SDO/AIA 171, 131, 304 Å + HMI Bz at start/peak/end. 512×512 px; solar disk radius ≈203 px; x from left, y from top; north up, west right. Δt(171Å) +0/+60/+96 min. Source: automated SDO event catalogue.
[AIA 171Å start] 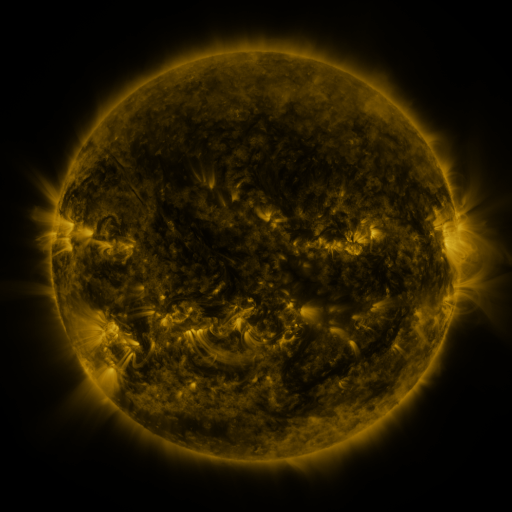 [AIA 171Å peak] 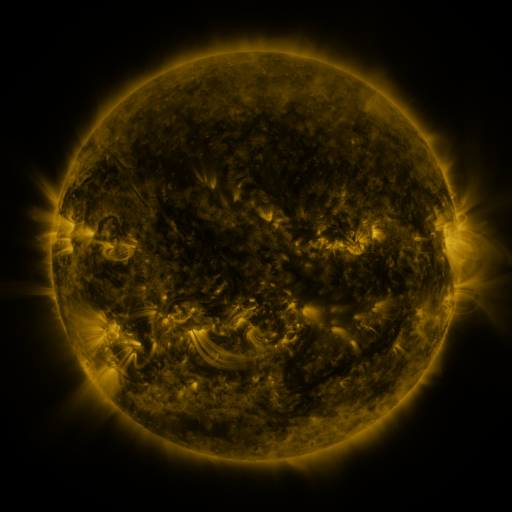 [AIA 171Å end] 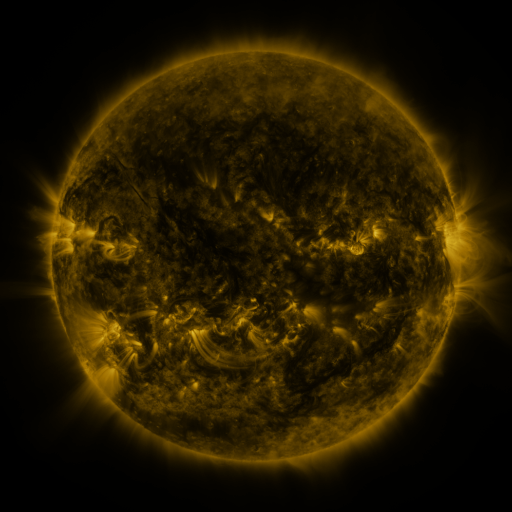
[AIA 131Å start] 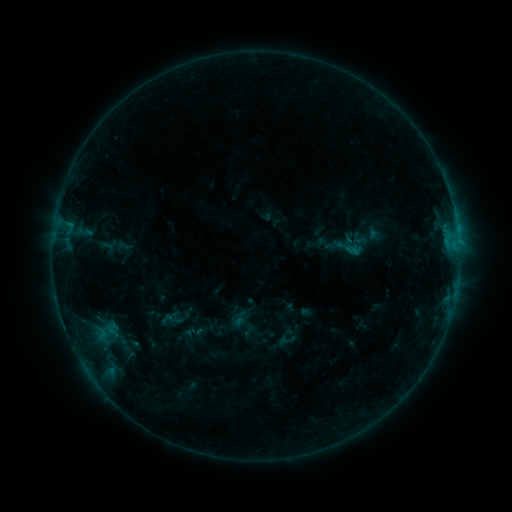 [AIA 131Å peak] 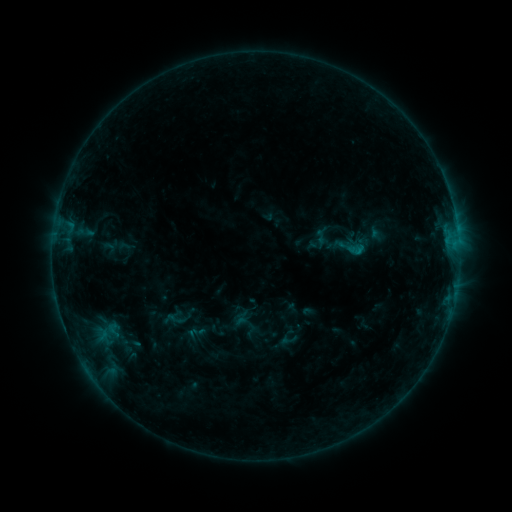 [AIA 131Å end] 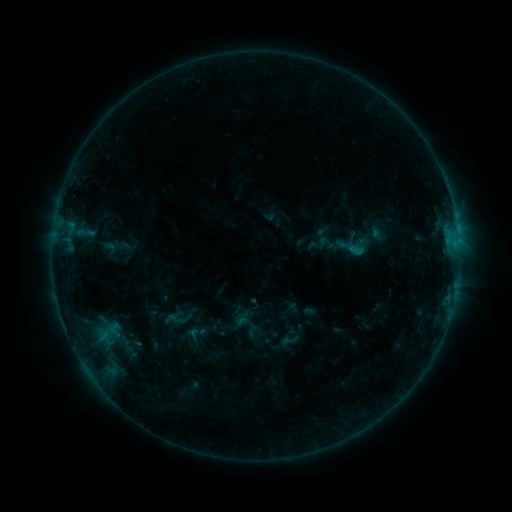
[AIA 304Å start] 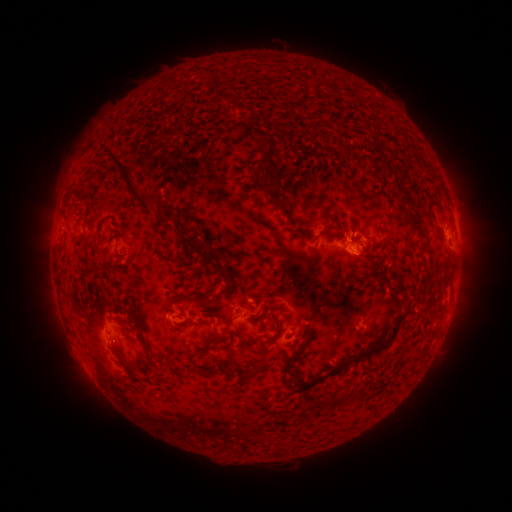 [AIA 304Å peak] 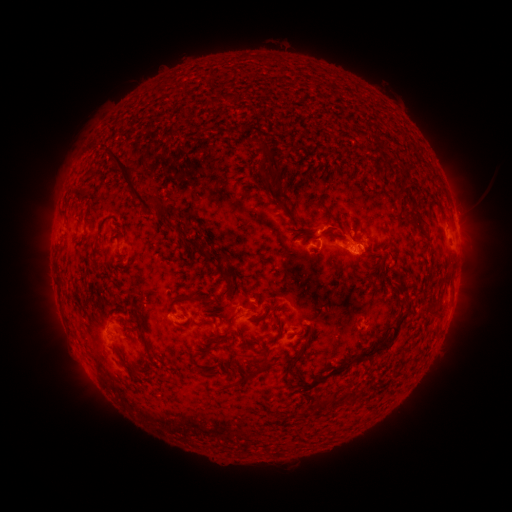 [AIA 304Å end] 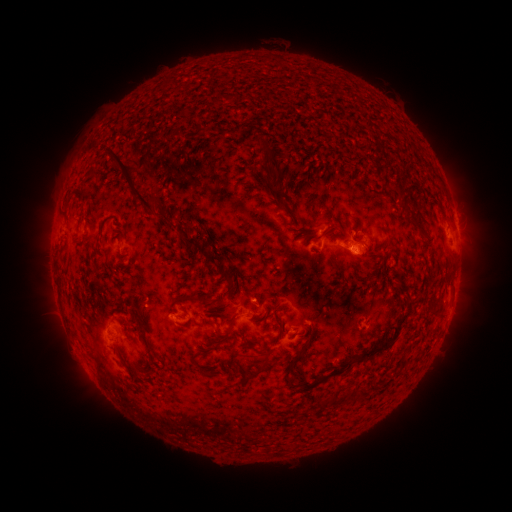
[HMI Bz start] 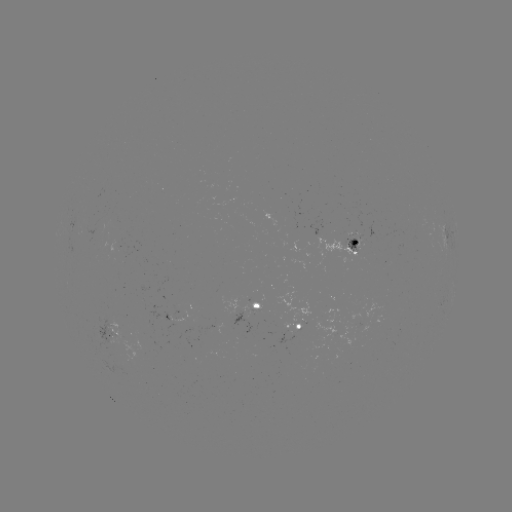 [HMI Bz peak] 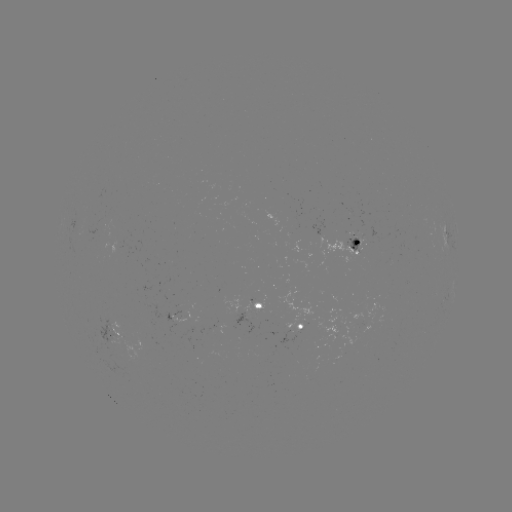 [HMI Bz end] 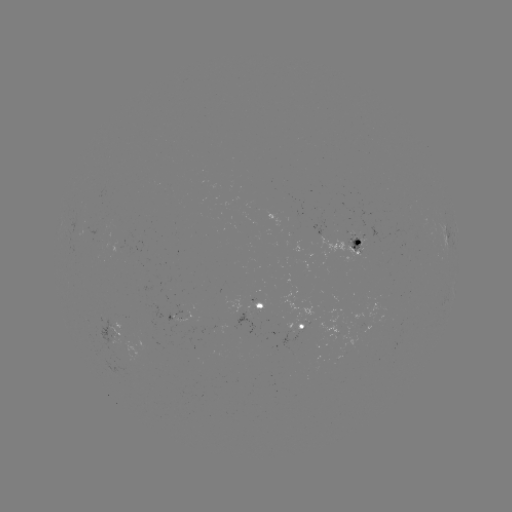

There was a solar emerging-flux region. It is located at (364, 231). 